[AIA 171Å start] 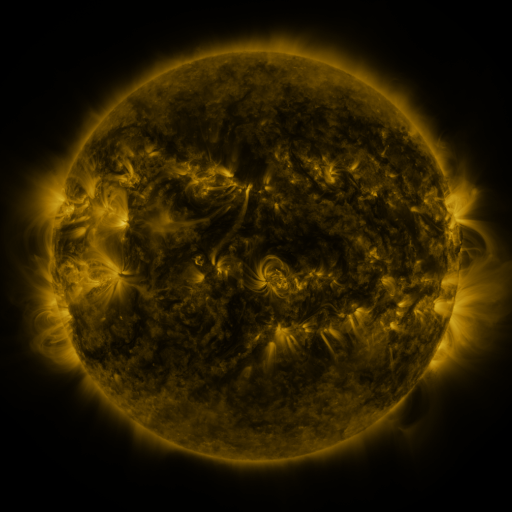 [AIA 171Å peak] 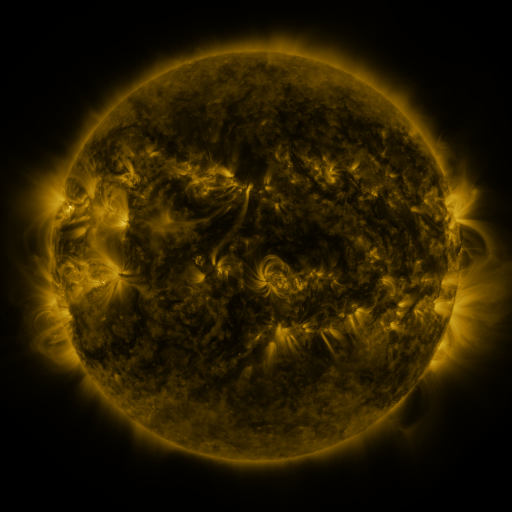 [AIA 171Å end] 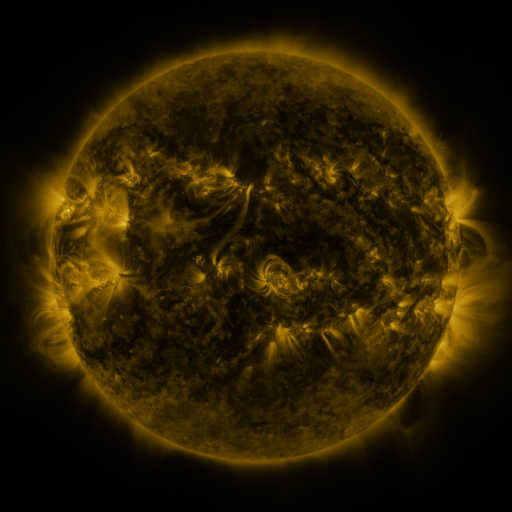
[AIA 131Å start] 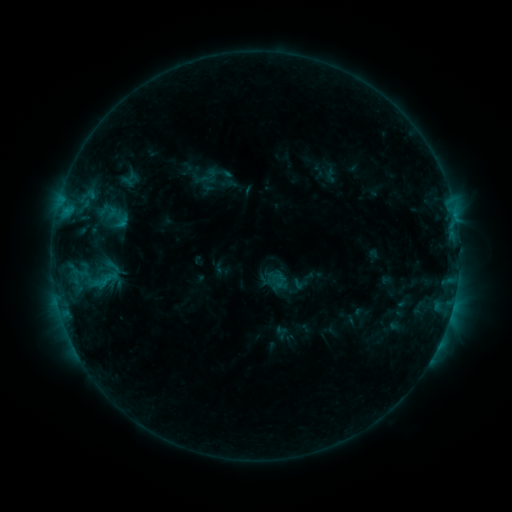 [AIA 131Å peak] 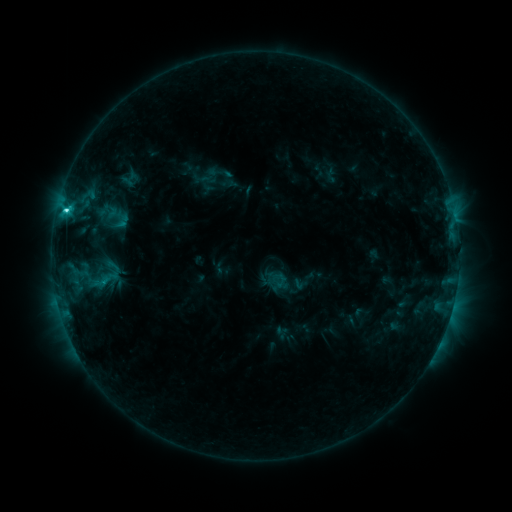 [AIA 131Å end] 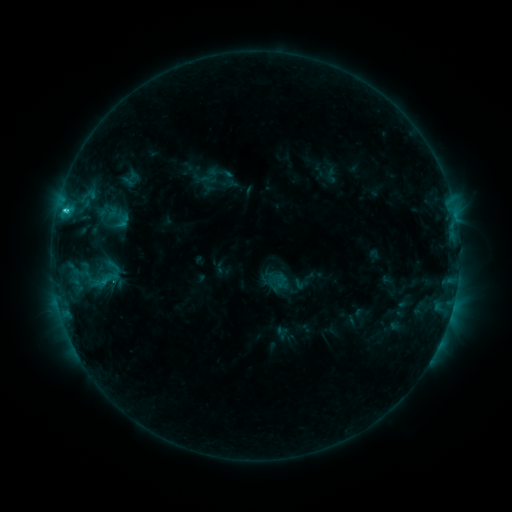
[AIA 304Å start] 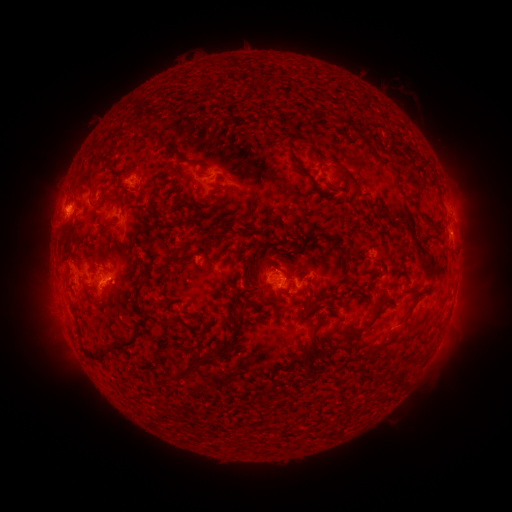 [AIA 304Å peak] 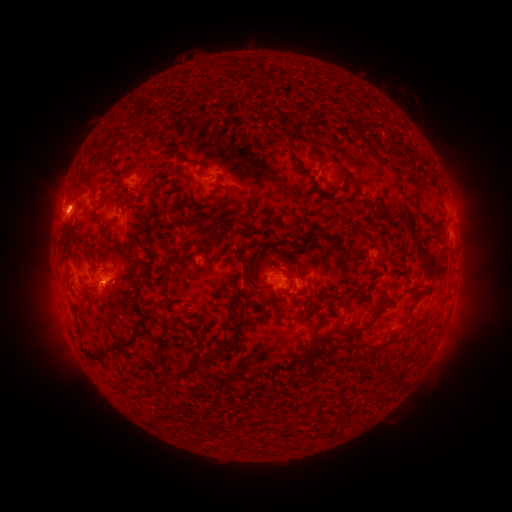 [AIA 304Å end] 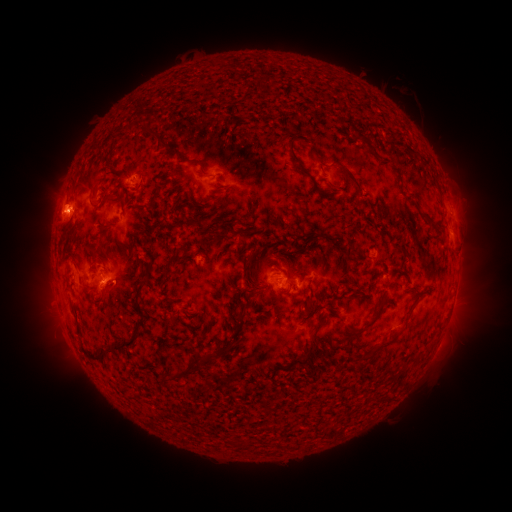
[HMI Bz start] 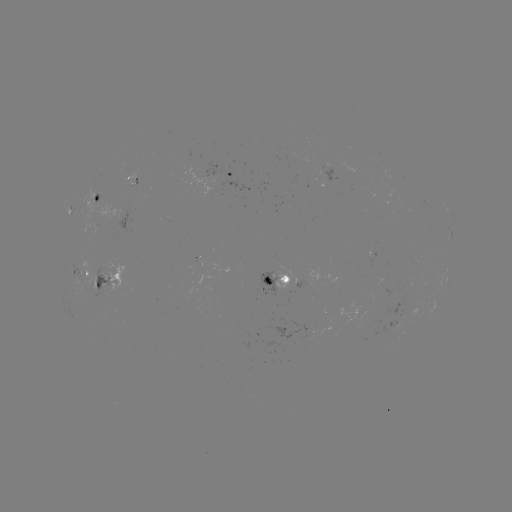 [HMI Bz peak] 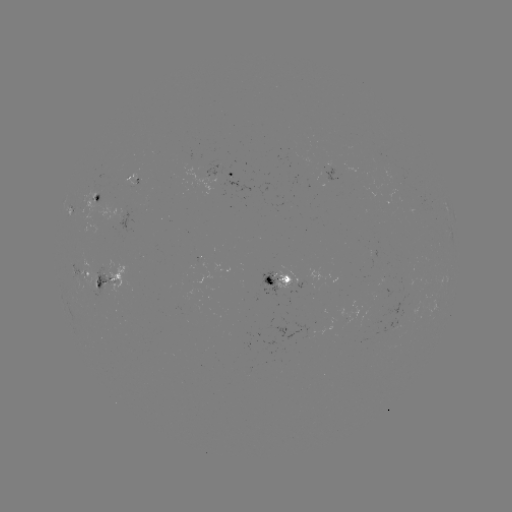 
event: flare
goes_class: C3.5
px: (66, 213)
